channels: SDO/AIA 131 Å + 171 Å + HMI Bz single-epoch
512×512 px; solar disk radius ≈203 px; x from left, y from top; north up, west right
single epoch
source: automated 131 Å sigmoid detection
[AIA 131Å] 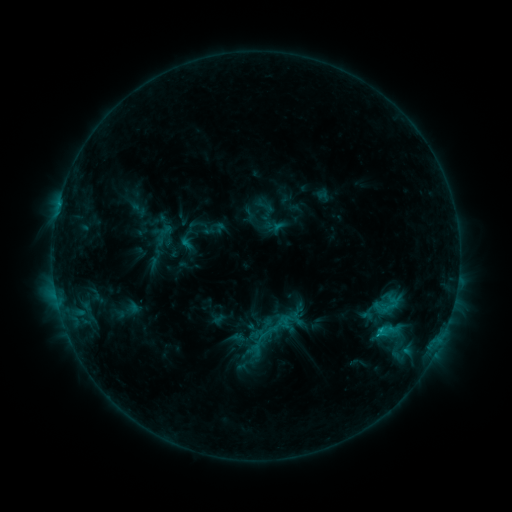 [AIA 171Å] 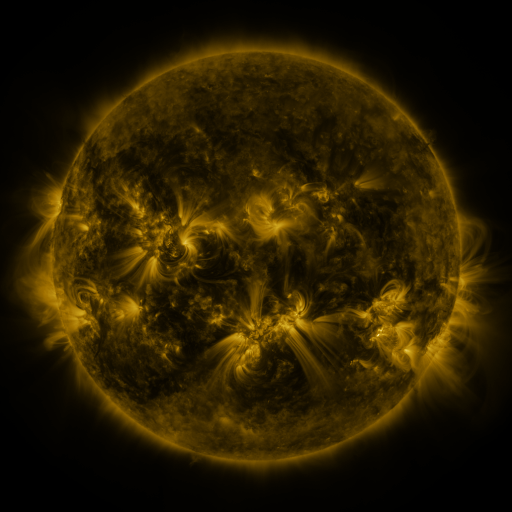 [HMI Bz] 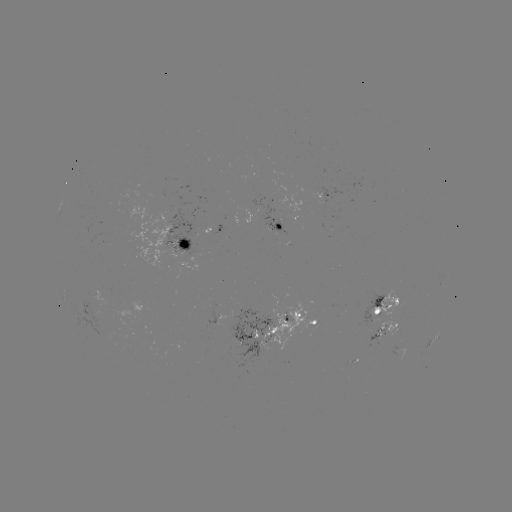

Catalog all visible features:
sigmoid: [255, 197, 275, 216]
sigmoid: [375, 316, 402, 344]
